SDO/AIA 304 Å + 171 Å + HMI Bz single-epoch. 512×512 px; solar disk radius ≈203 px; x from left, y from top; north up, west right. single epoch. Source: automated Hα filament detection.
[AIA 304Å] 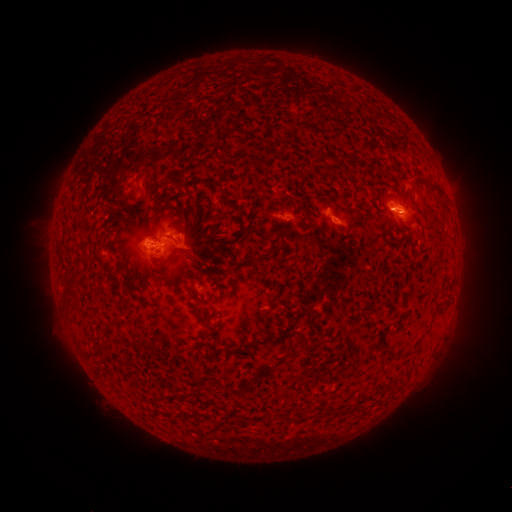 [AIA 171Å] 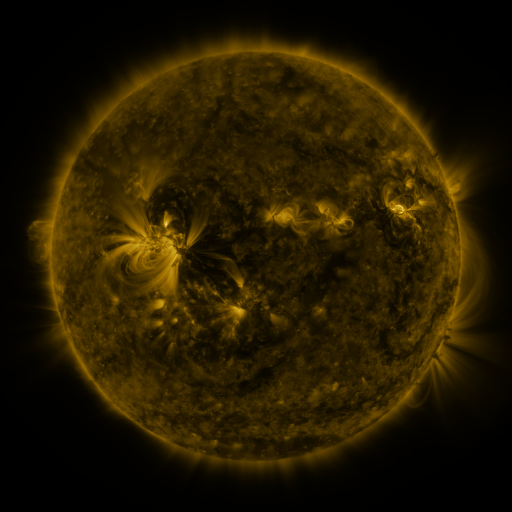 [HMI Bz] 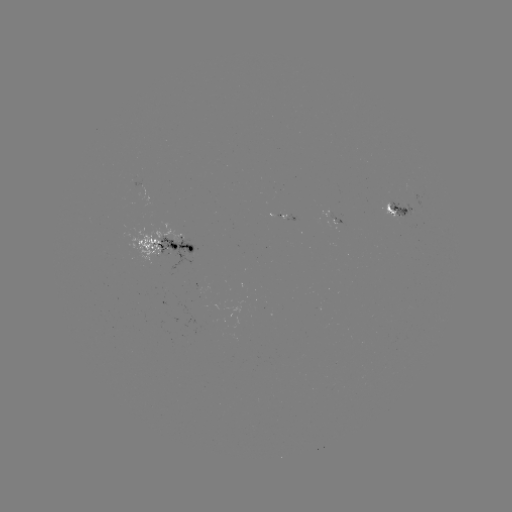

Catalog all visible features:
filament: (436, 189)
filament: (181, 212)
filament: (170, 236)
filament: (263, 258)
filament: (149, 271)
